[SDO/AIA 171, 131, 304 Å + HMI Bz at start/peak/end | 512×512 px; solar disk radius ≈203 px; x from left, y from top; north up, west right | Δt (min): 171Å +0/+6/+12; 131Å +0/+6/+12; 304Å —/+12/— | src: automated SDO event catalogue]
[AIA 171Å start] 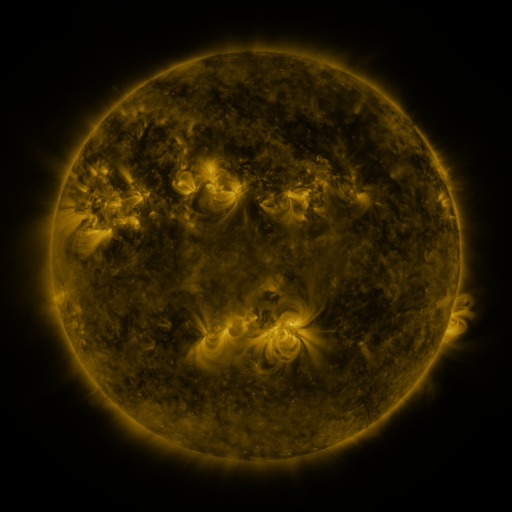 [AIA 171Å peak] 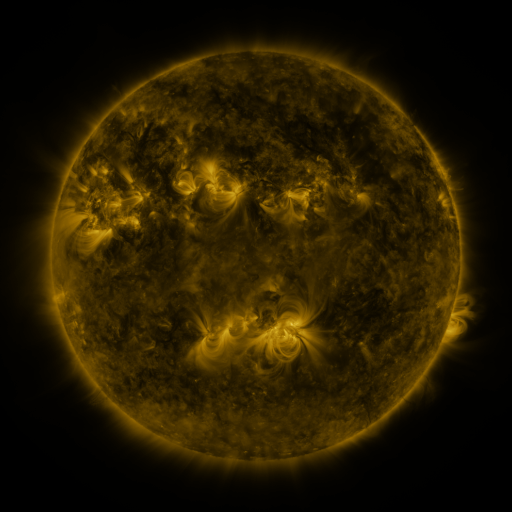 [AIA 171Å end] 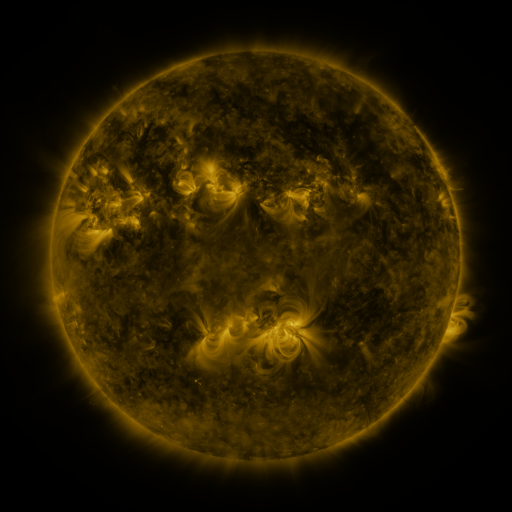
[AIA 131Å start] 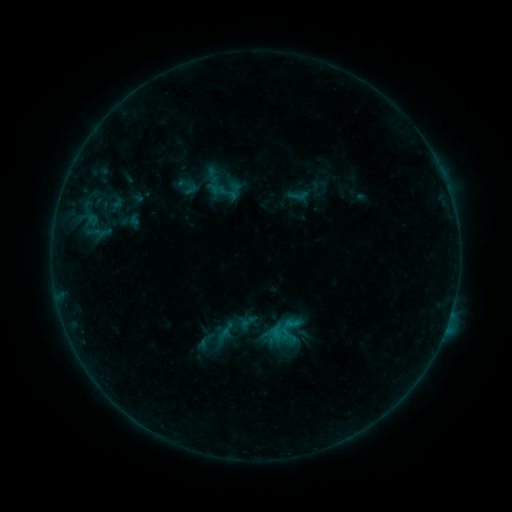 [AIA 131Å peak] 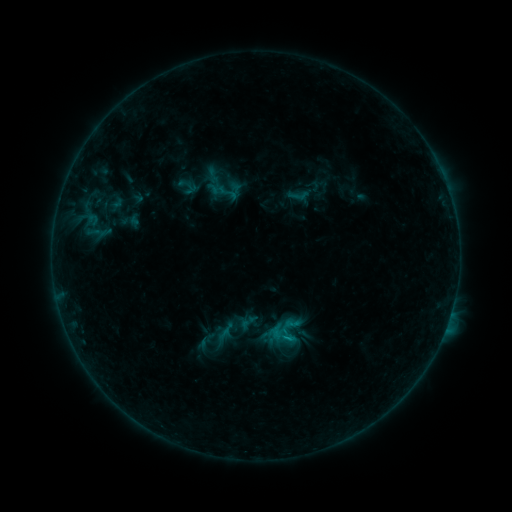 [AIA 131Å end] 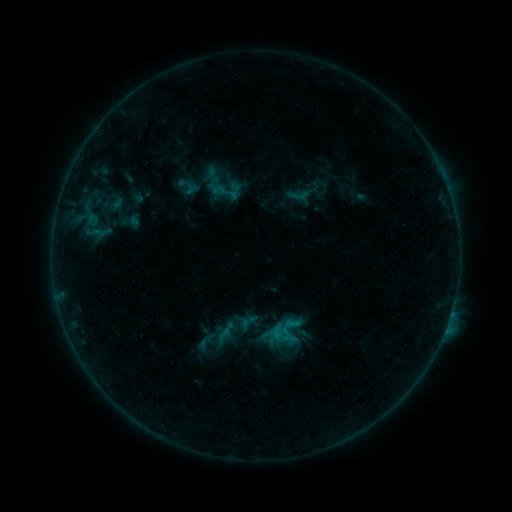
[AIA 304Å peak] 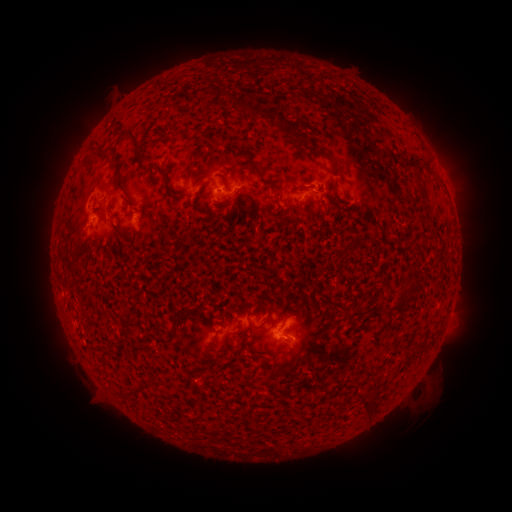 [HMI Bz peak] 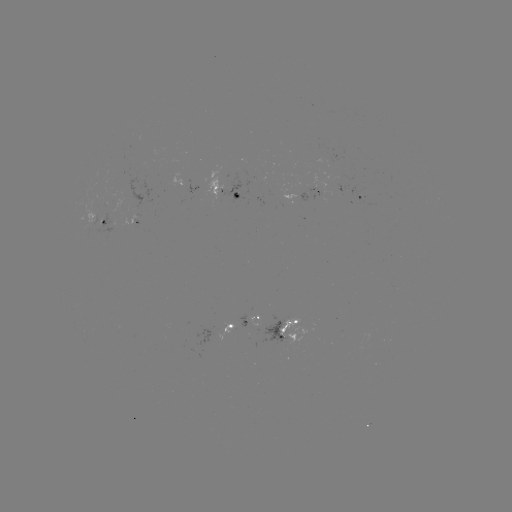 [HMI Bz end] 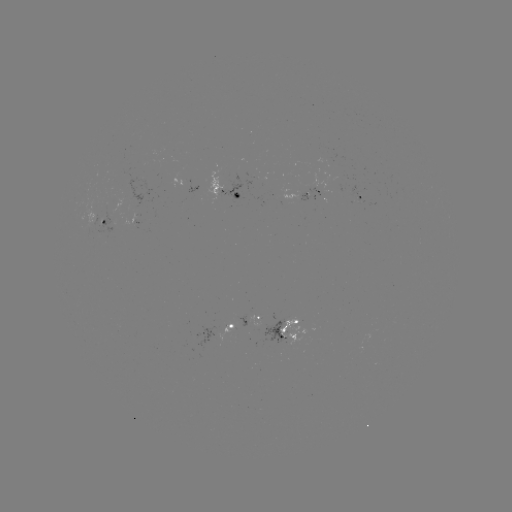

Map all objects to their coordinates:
B4.3 flare: (291, 337)
